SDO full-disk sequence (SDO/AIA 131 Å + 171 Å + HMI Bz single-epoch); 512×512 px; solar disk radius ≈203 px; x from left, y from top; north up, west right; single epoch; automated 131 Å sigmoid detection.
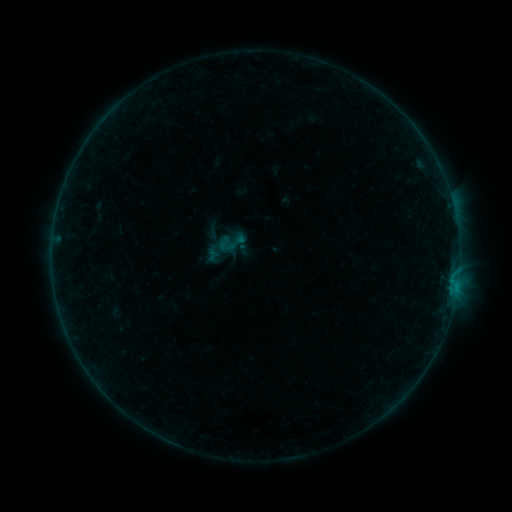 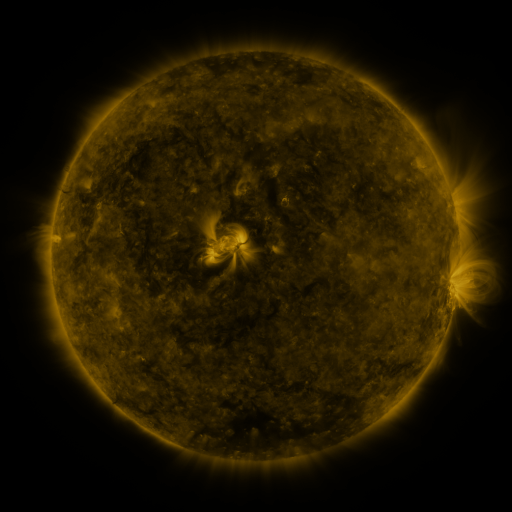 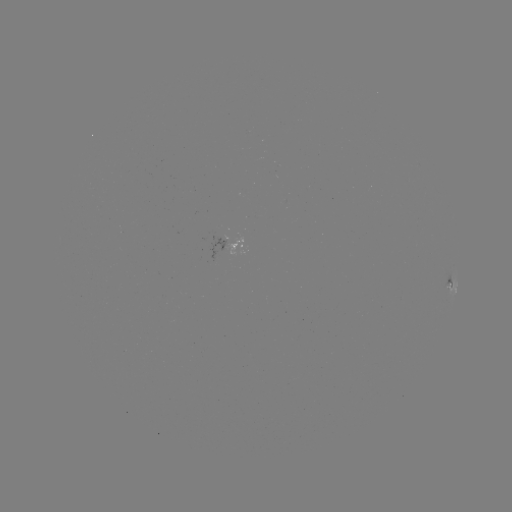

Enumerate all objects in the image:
sigmoid: (231, 242)
